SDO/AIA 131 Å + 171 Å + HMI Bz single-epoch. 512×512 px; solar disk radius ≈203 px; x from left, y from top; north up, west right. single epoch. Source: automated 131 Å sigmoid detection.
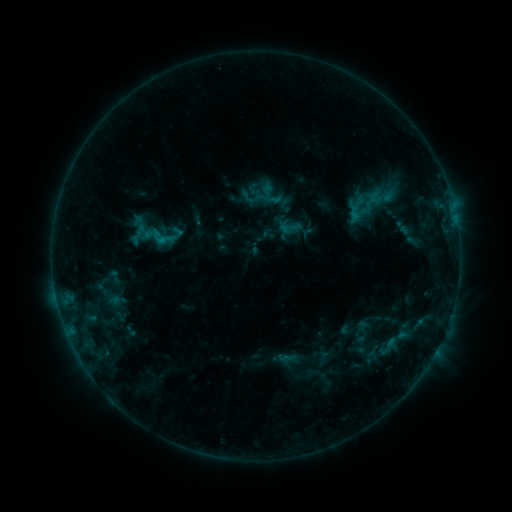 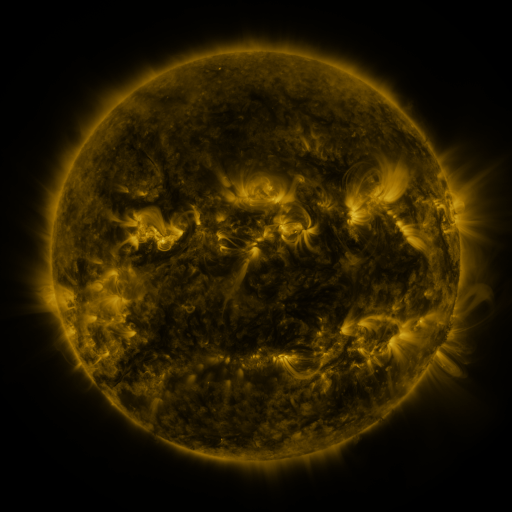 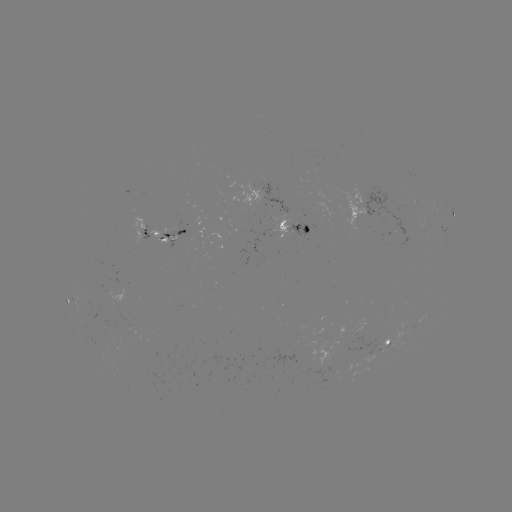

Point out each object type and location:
sigmoid: (370, 201)
sigmoid: (290, 226)
sigmoid: (162, 237)
